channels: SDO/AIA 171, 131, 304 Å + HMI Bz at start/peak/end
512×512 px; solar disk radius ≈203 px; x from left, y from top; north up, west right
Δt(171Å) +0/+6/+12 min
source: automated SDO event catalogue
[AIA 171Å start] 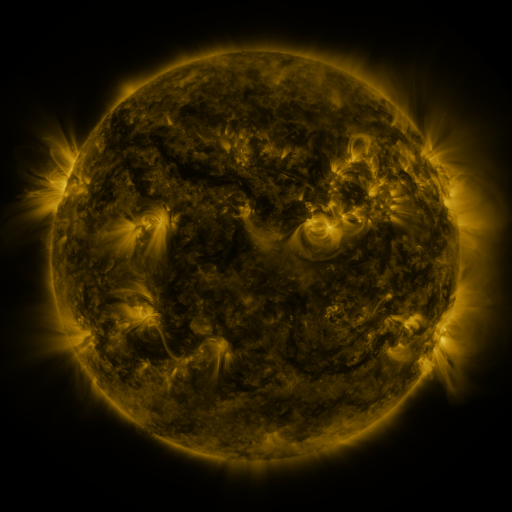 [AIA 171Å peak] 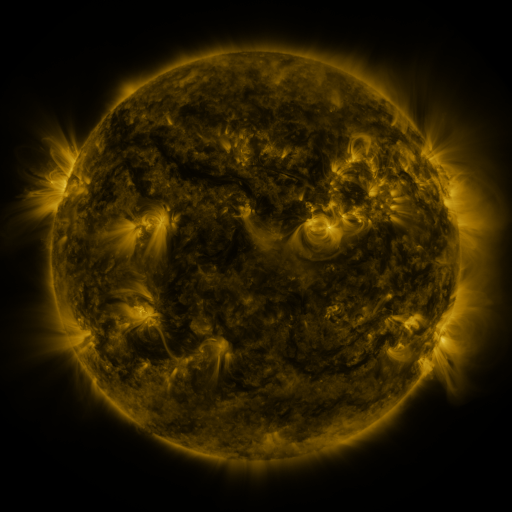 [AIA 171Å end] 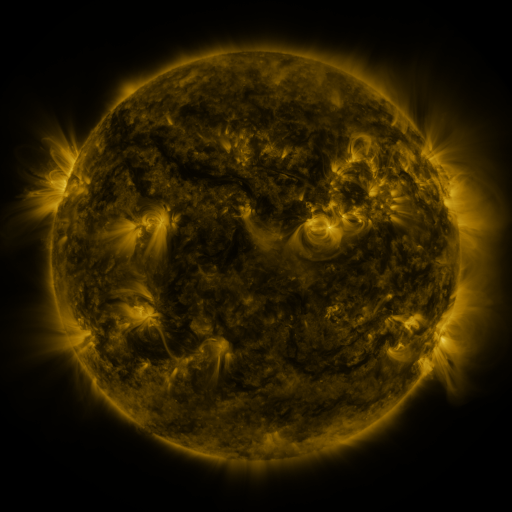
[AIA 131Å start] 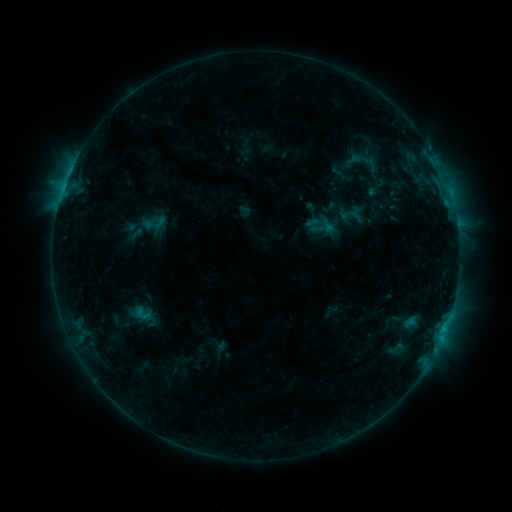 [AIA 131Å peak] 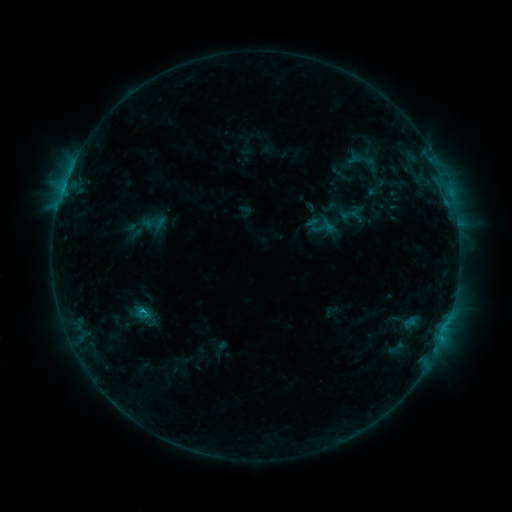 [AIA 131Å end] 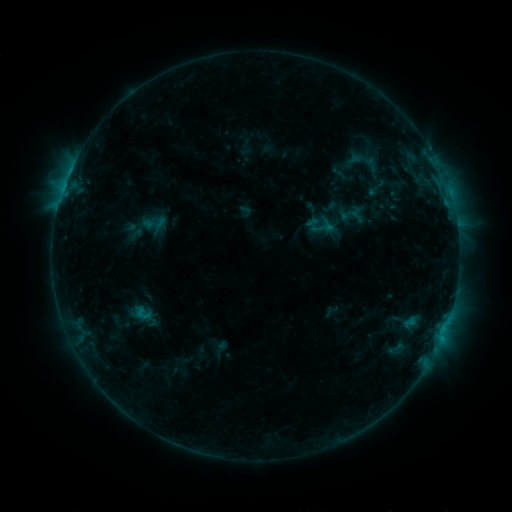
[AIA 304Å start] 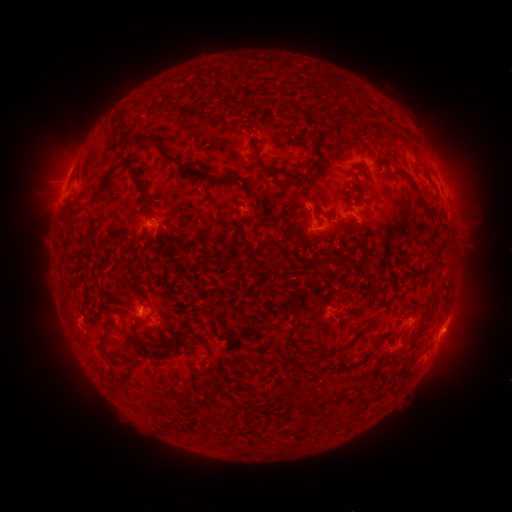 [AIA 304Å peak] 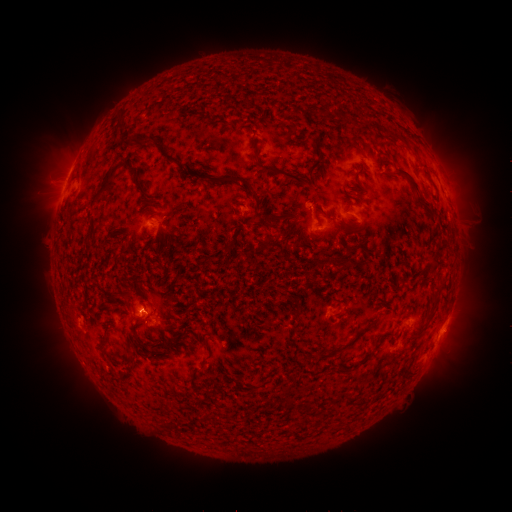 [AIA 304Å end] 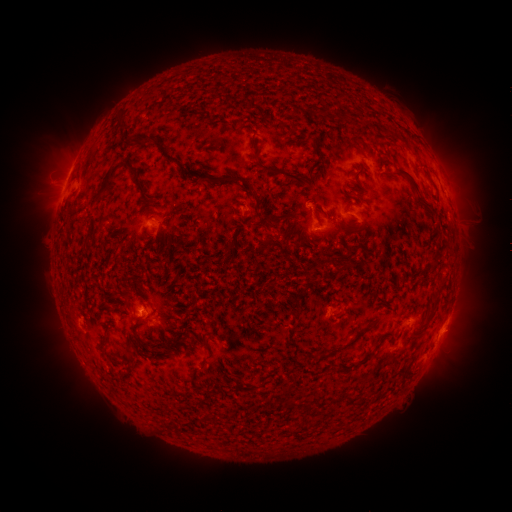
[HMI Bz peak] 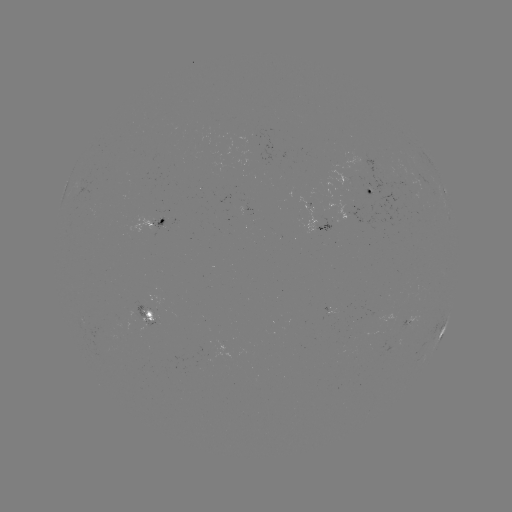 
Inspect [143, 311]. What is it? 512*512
B7.9 flare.